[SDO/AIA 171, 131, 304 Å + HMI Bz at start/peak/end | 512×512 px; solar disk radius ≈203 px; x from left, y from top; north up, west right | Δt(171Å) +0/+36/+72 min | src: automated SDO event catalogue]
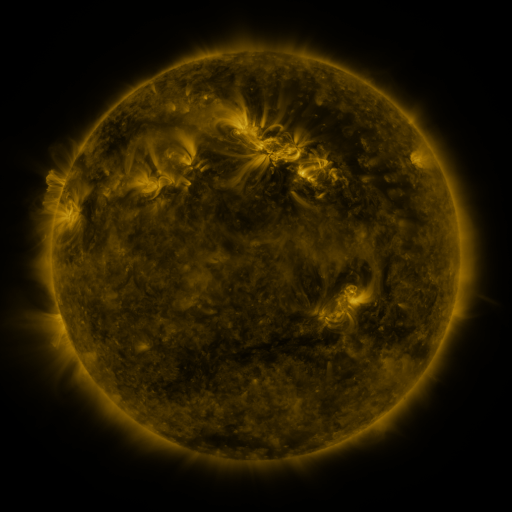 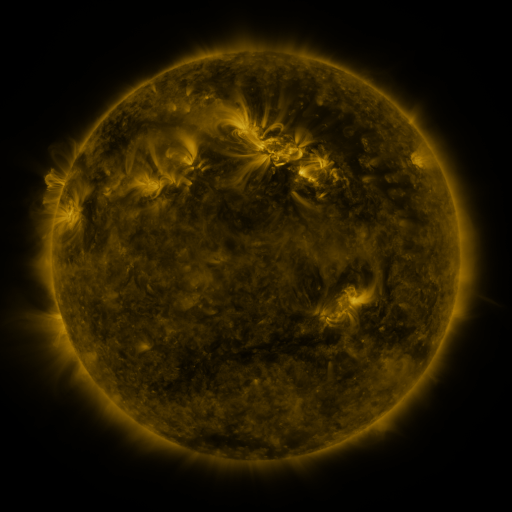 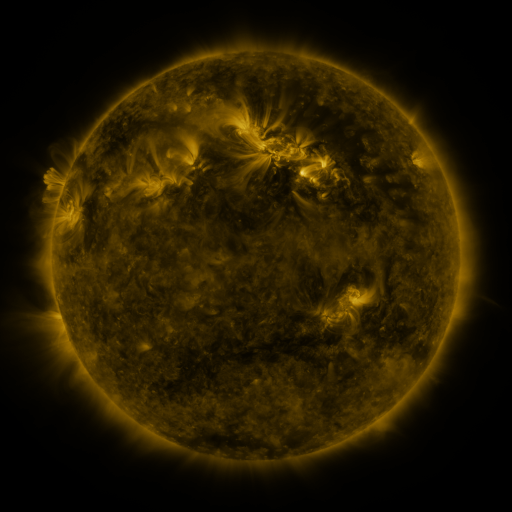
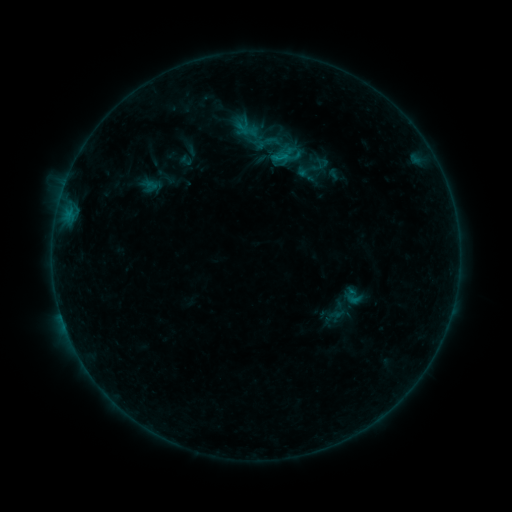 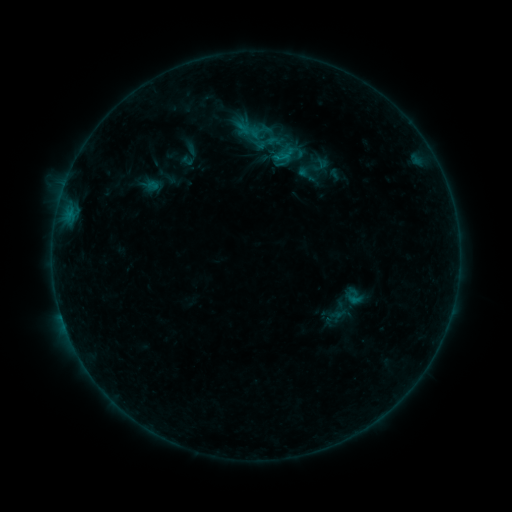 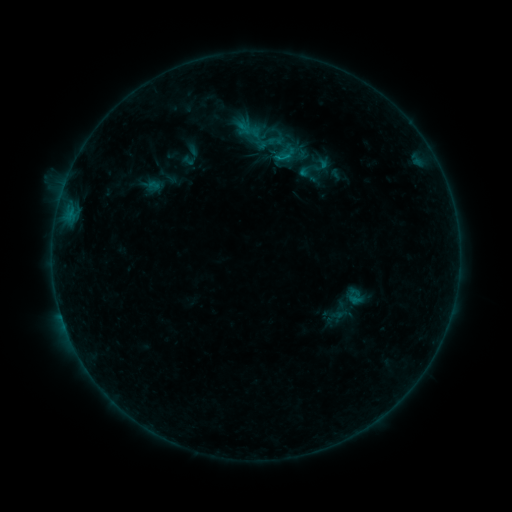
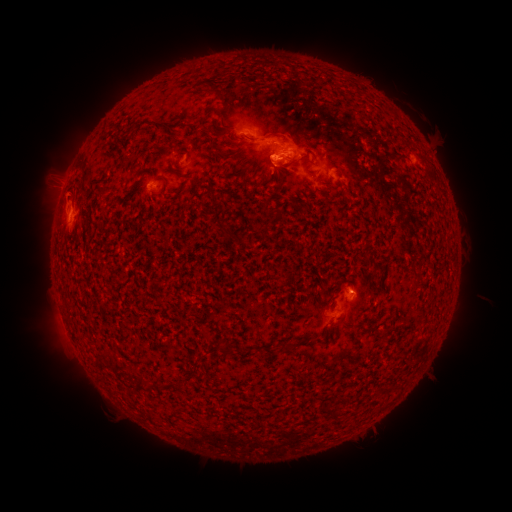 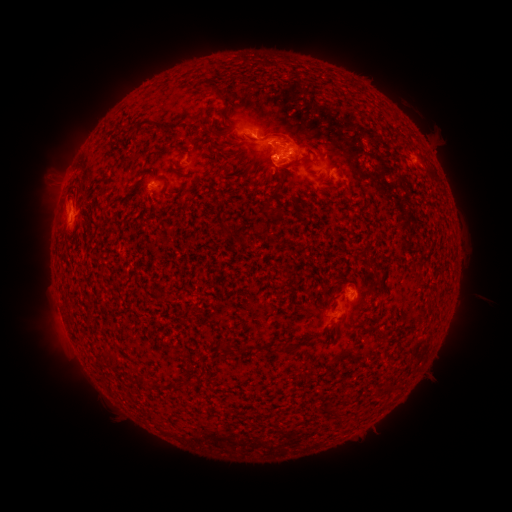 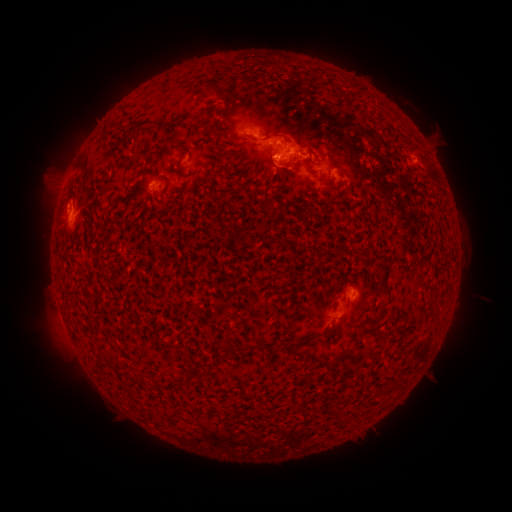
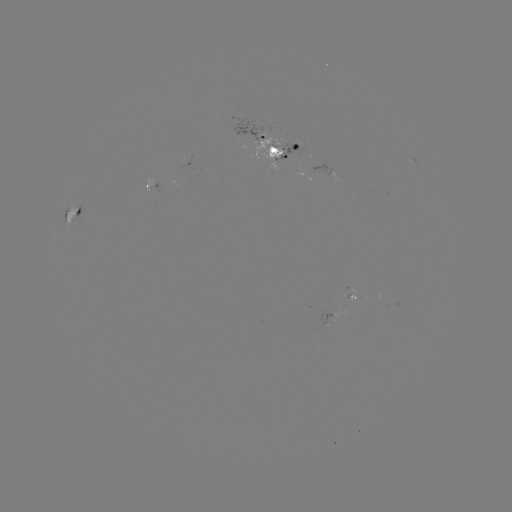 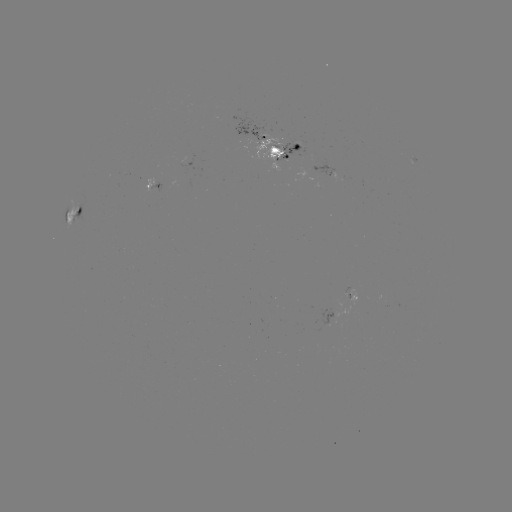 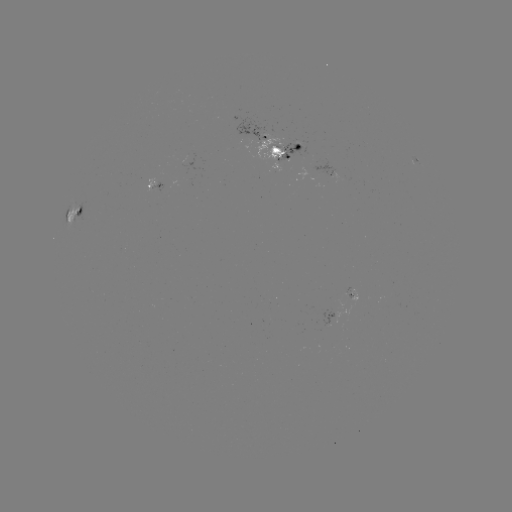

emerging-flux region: <bbox>321, 309, 336, 326</bbox>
